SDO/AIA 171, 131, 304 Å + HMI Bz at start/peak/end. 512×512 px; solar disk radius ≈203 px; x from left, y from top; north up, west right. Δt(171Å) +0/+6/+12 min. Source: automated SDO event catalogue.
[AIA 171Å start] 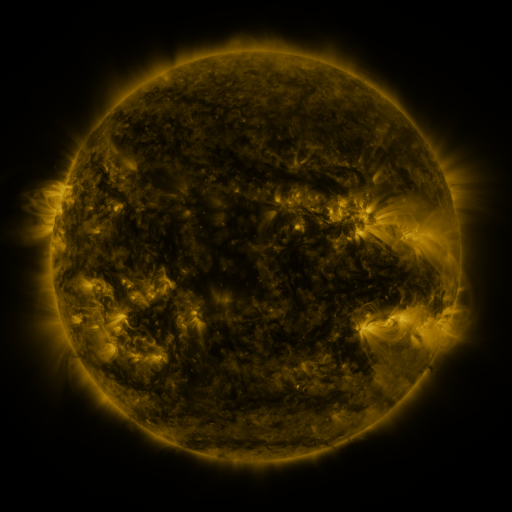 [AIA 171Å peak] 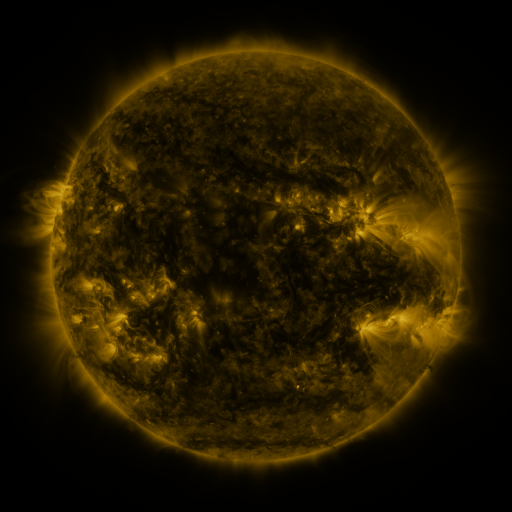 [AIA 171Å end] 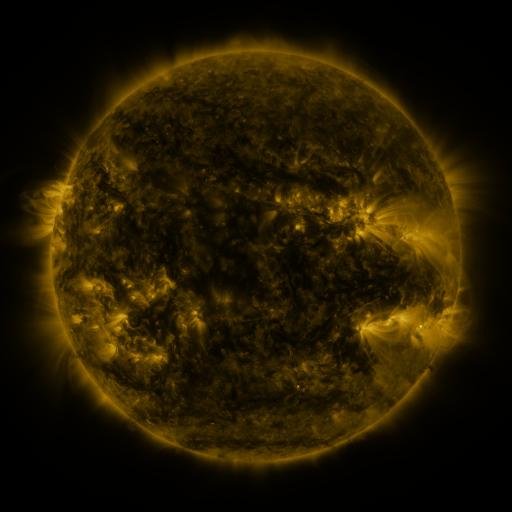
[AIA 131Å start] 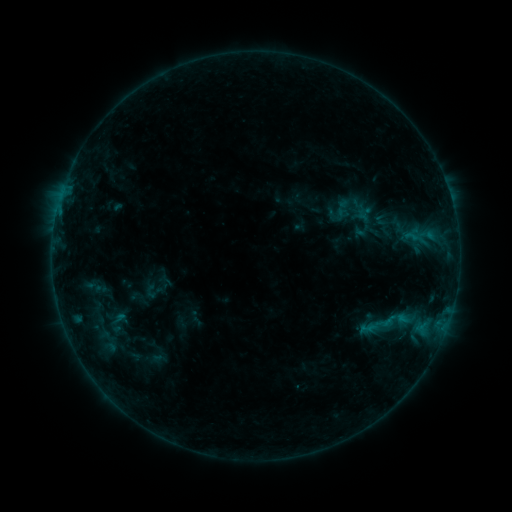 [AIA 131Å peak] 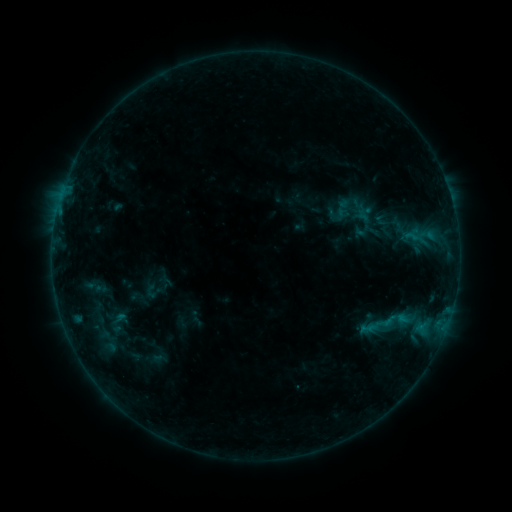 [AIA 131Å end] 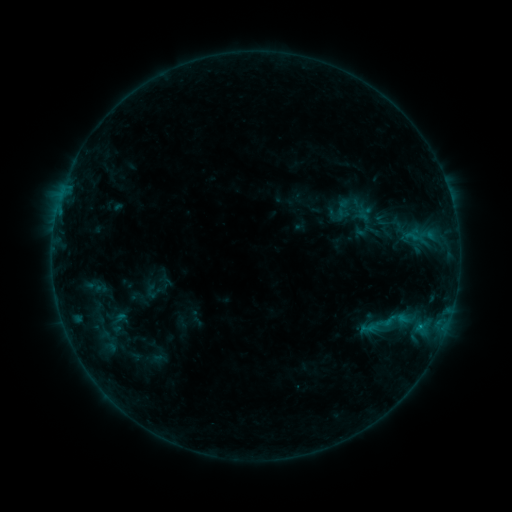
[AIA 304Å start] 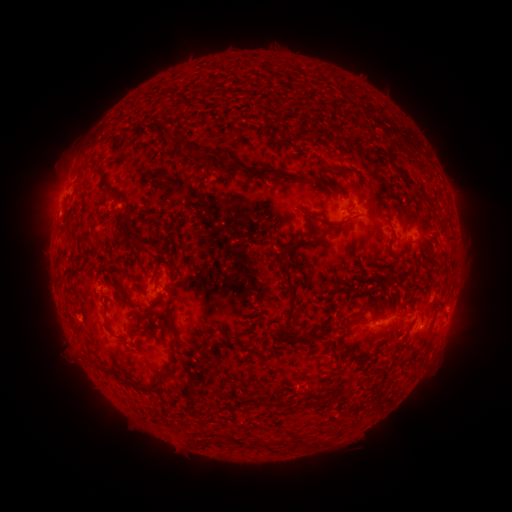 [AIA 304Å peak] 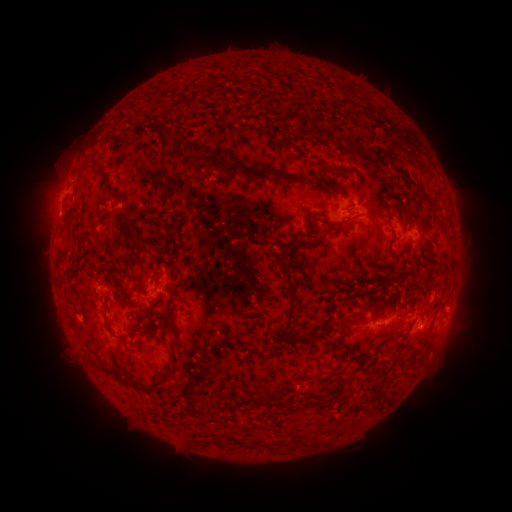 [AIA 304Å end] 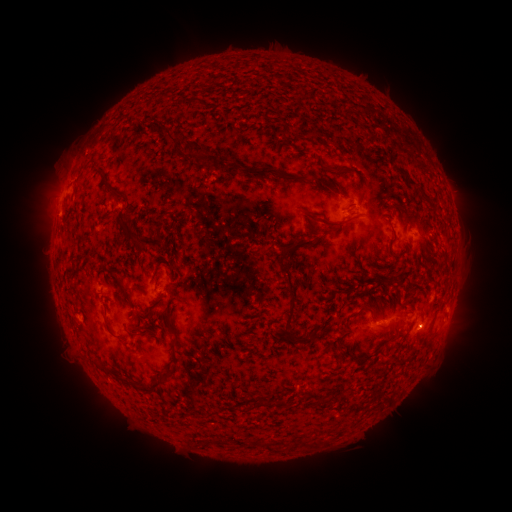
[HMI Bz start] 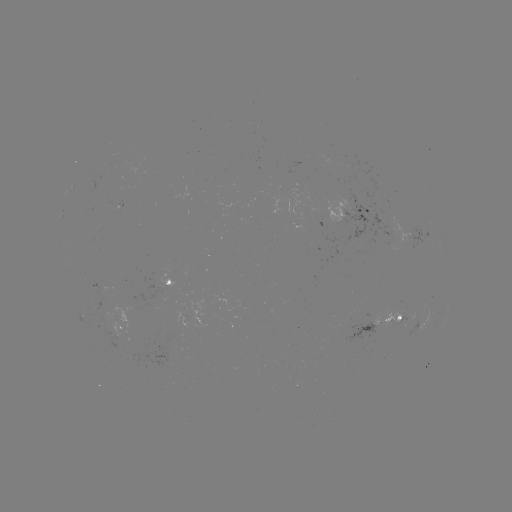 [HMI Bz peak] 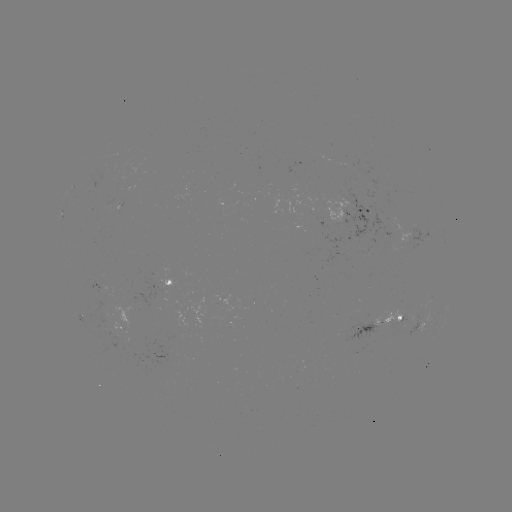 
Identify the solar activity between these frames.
B4.5 flare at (420, 323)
